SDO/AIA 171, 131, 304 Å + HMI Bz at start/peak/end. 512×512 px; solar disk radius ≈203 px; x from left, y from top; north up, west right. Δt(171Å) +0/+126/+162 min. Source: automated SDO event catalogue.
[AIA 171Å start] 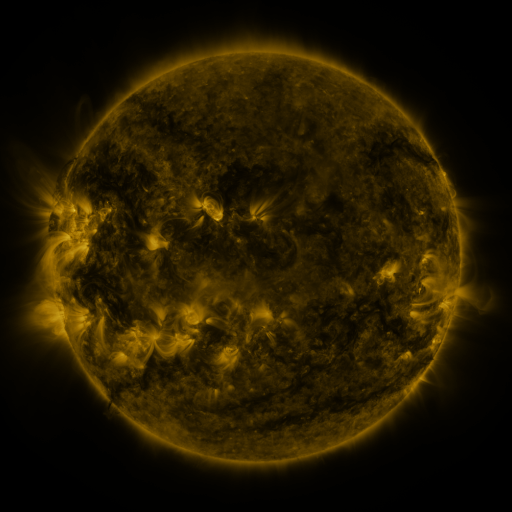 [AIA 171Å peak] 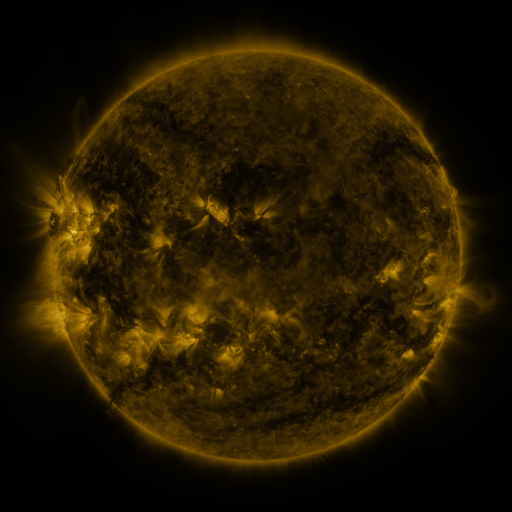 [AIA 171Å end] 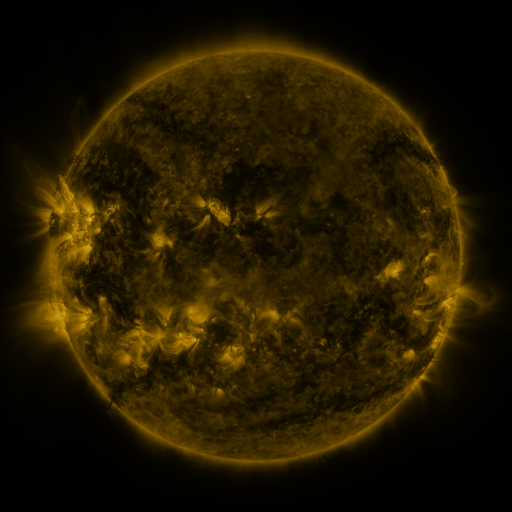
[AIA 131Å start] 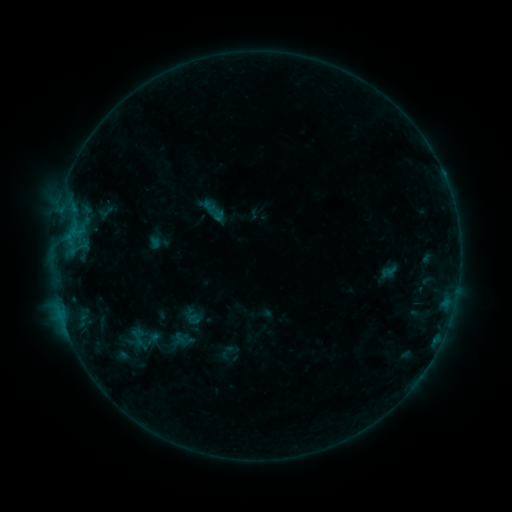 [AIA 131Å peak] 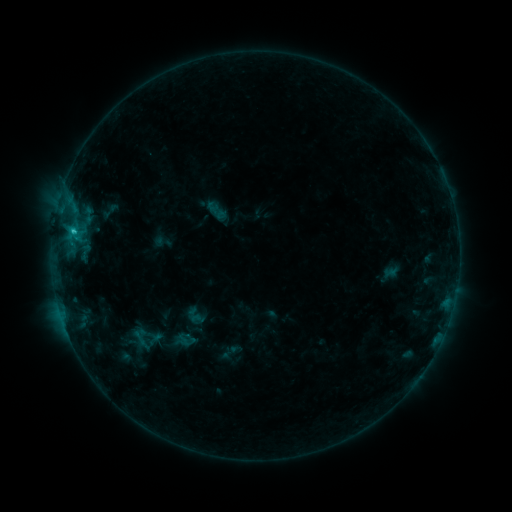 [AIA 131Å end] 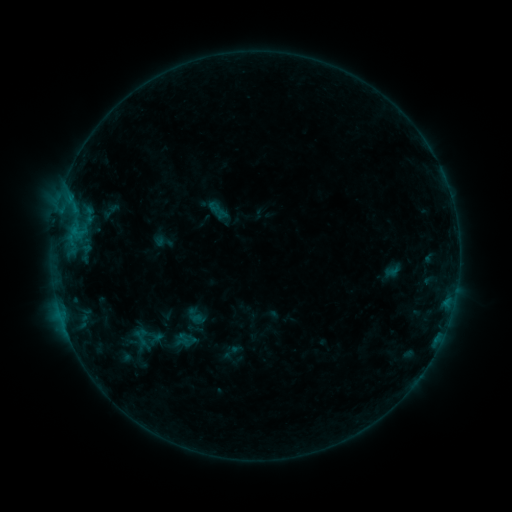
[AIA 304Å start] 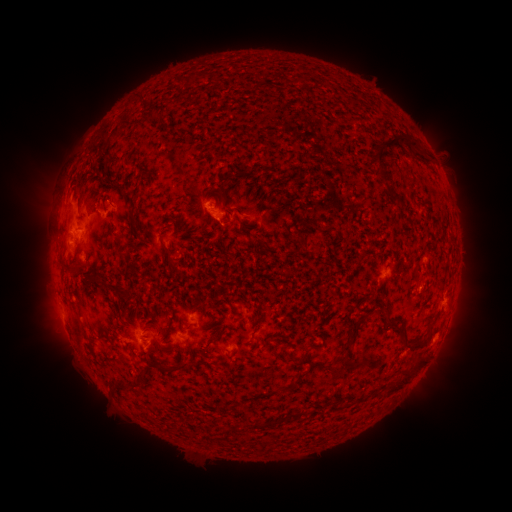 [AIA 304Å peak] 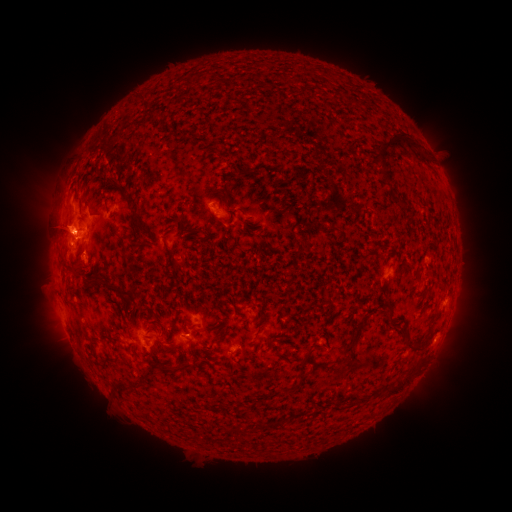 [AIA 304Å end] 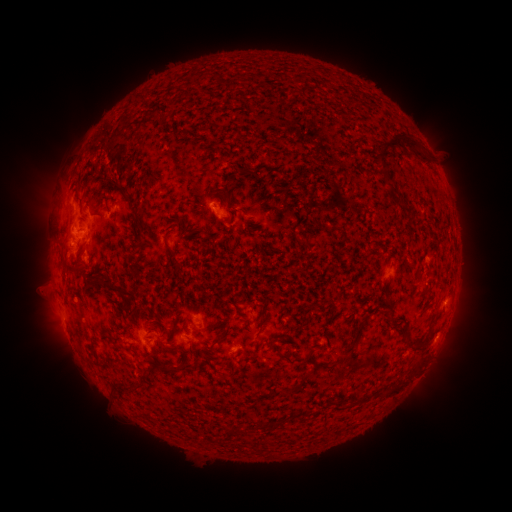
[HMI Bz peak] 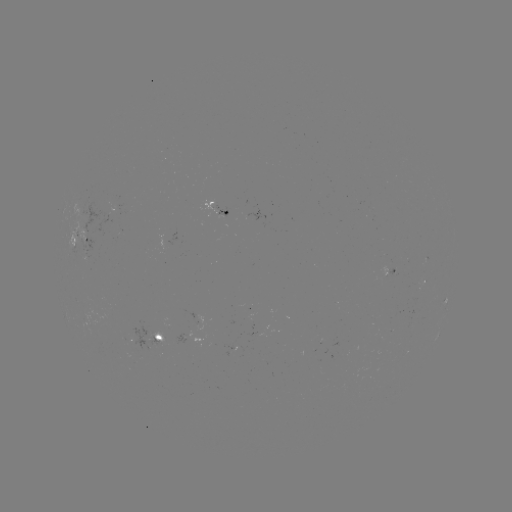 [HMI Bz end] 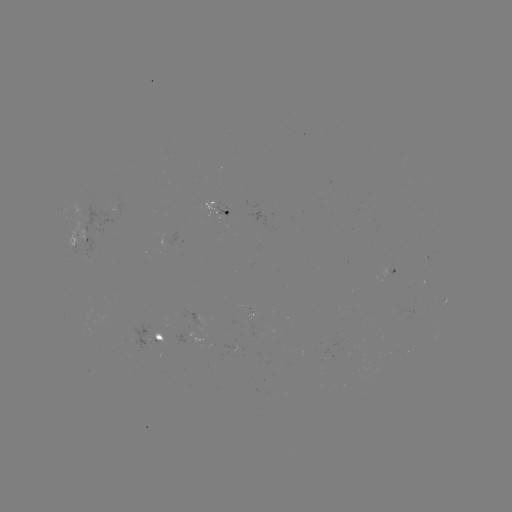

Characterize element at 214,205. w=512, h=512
emerging-flux region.